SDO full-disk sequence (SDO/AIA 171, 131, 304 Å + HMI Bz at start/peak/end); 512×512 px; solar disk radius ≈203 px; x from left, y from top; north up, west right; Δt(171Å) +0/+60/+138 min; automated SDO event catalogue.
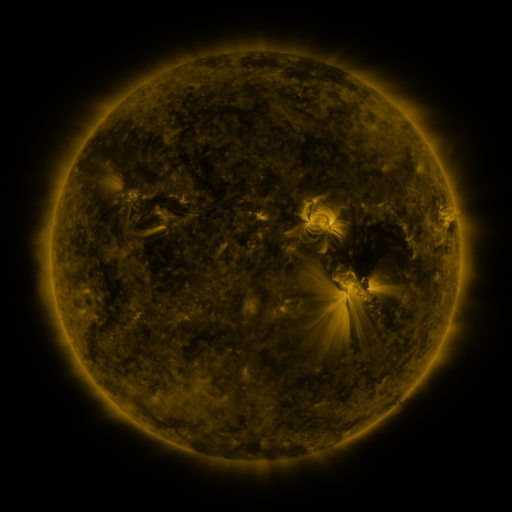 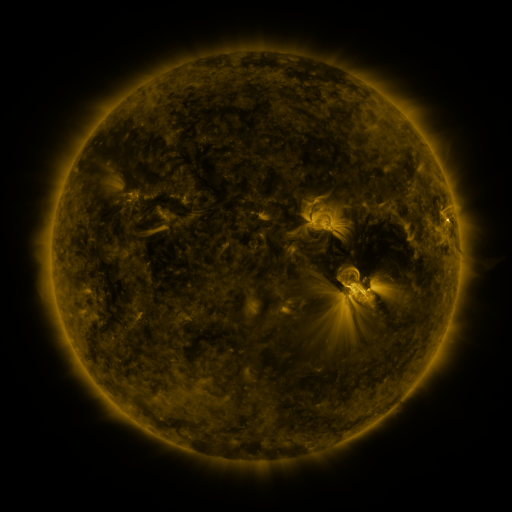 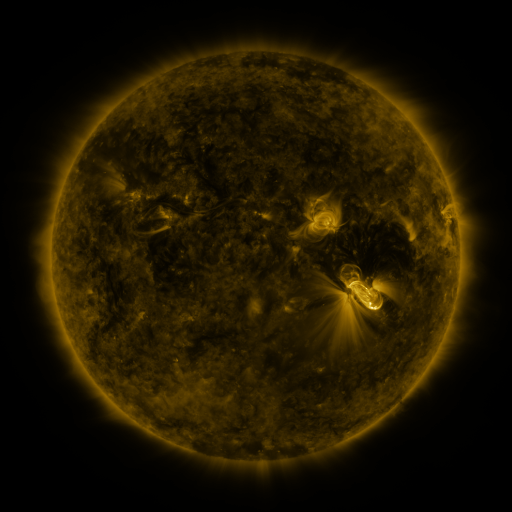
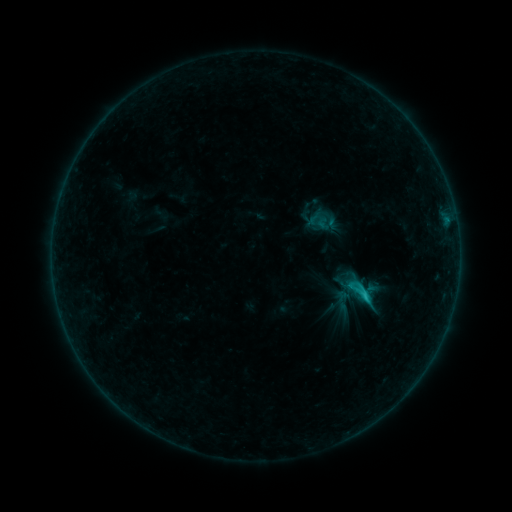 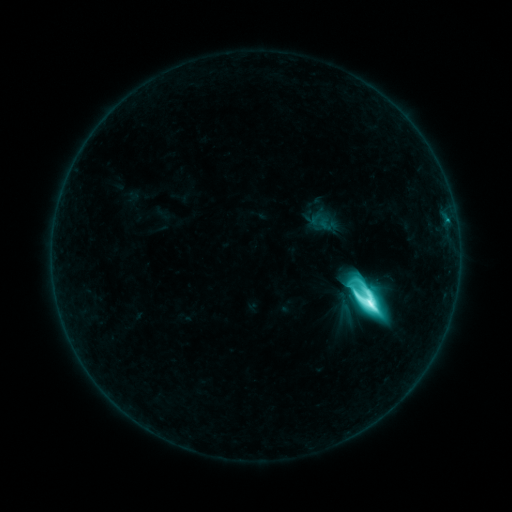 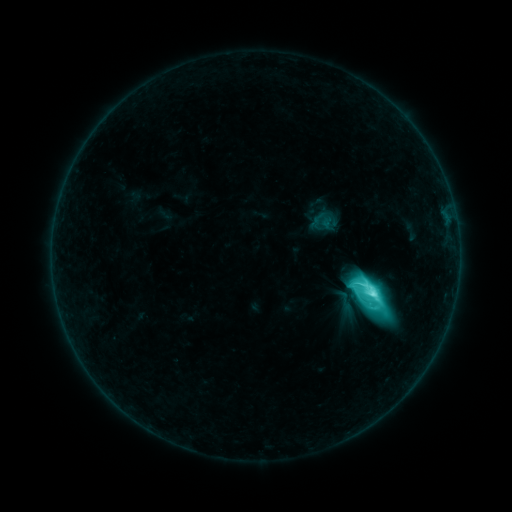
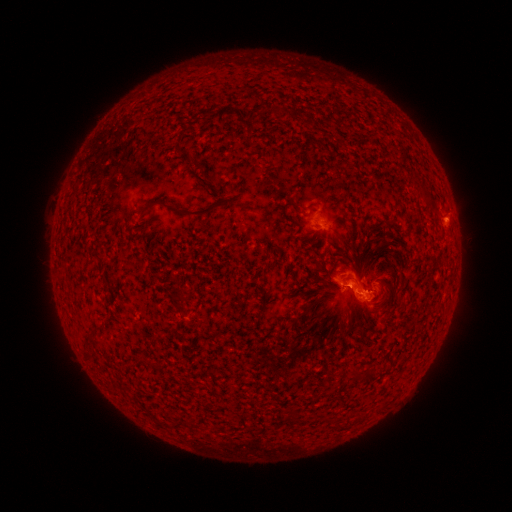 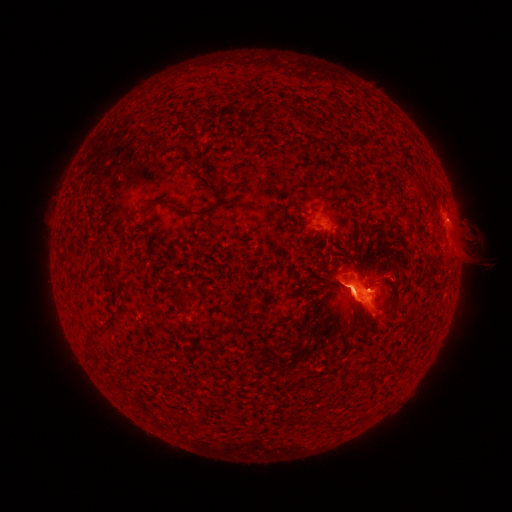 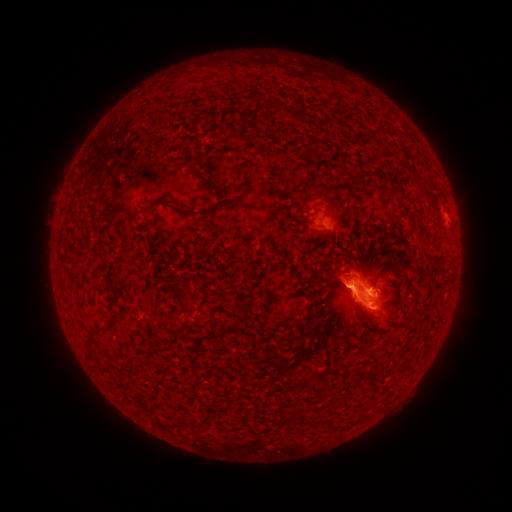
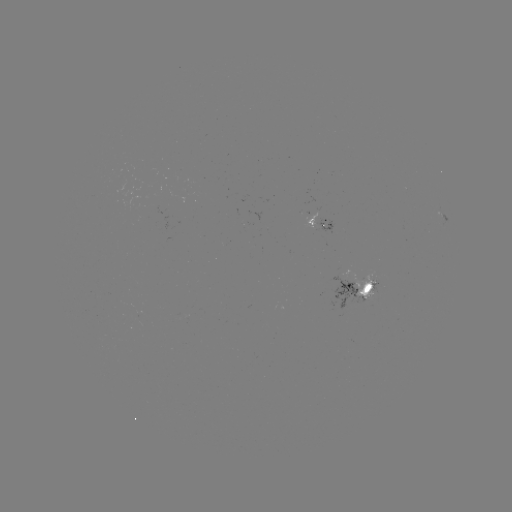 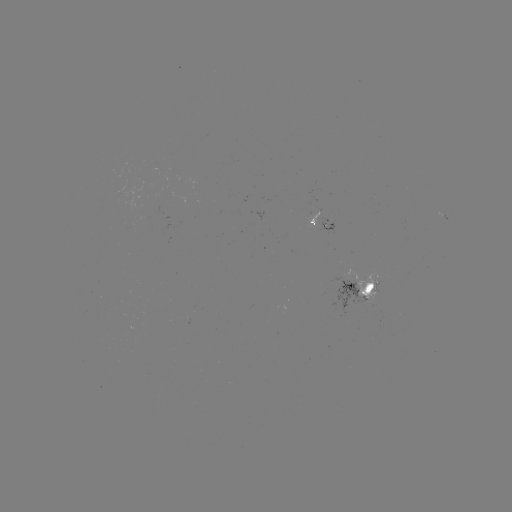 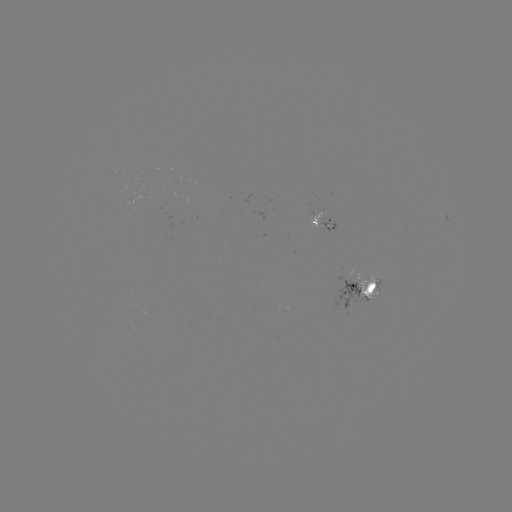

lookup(M2.4 flare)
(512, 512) [365, 300]